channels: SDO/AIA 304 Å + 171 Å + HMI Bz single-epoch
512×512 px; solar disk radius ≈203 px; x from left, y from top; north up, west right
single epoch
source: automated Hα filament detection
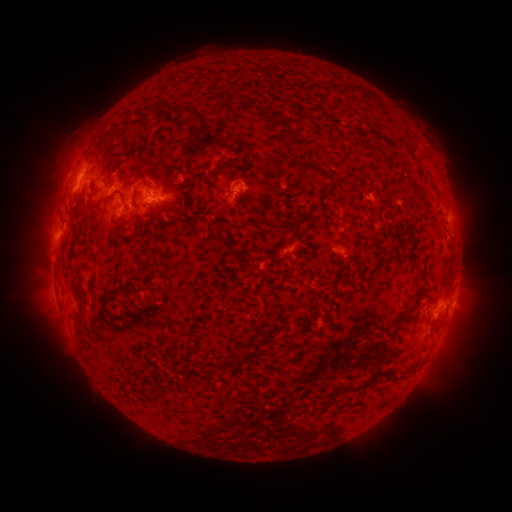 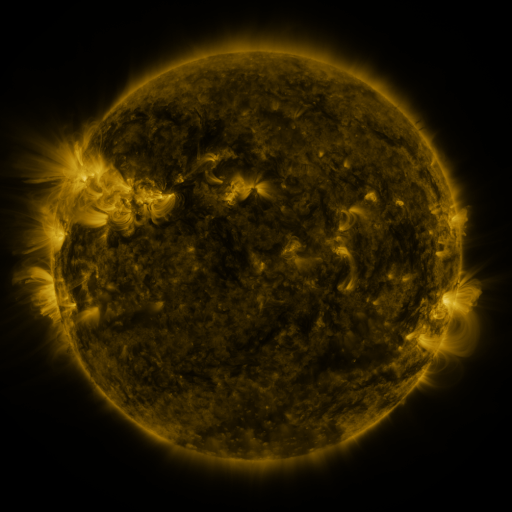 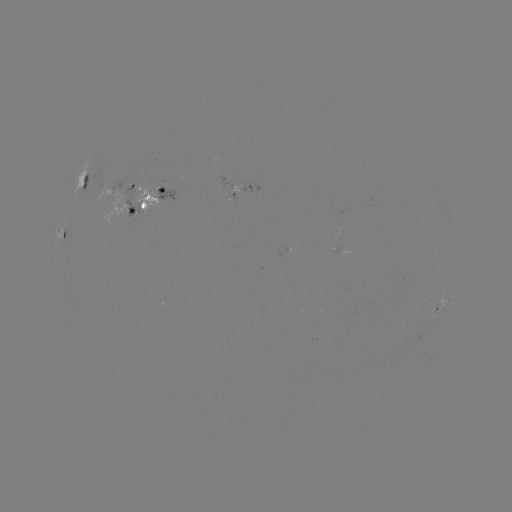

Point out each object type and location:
filament: (158, 114)
filament: (194, 114)
filament: (188, 153)
filament: (294, 161)
filament: (305, 165)
filament: (186, 171)
filament: (388, 200)
filament: (125, 206)
filament: (139, 224)
filament: (85, 228)
filament: (349, 261)
filament: (413, 306)
filament: (218, 369)
filament: (368, 382)
filament: (331, 393)
